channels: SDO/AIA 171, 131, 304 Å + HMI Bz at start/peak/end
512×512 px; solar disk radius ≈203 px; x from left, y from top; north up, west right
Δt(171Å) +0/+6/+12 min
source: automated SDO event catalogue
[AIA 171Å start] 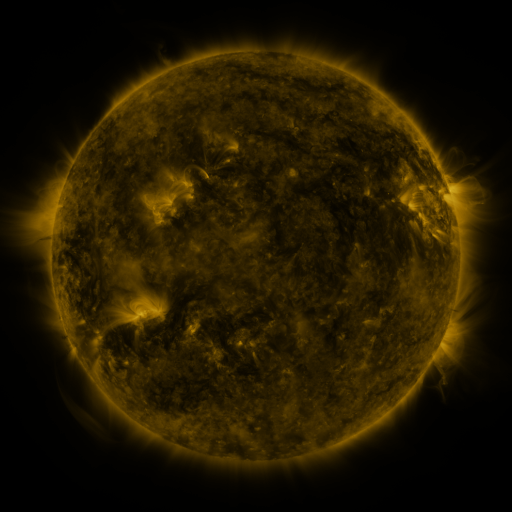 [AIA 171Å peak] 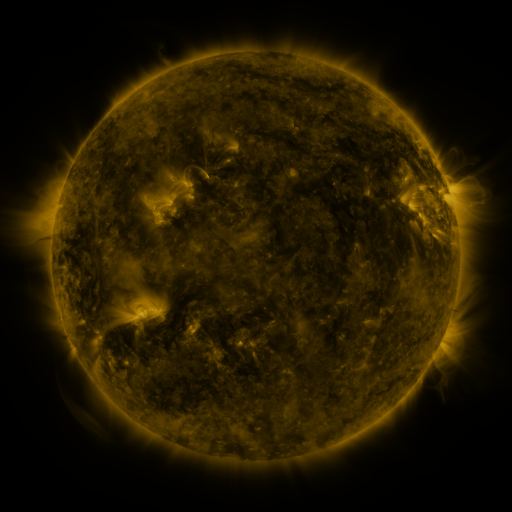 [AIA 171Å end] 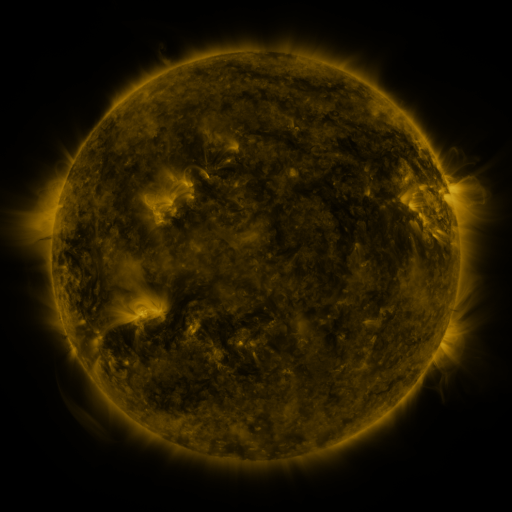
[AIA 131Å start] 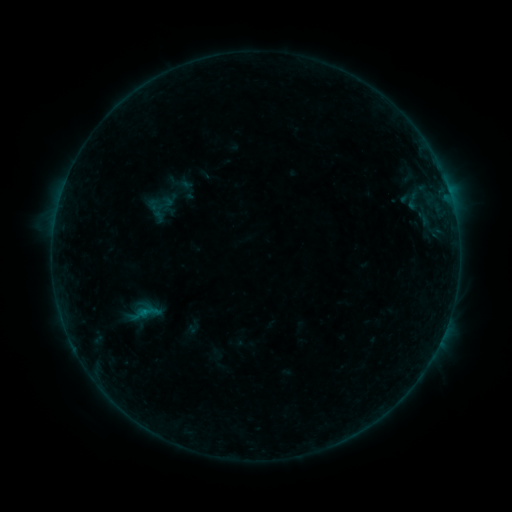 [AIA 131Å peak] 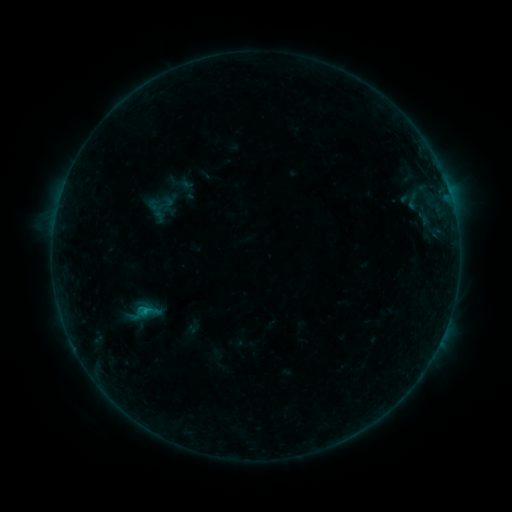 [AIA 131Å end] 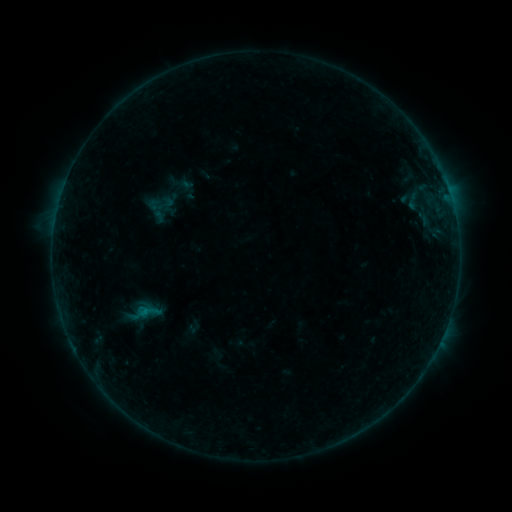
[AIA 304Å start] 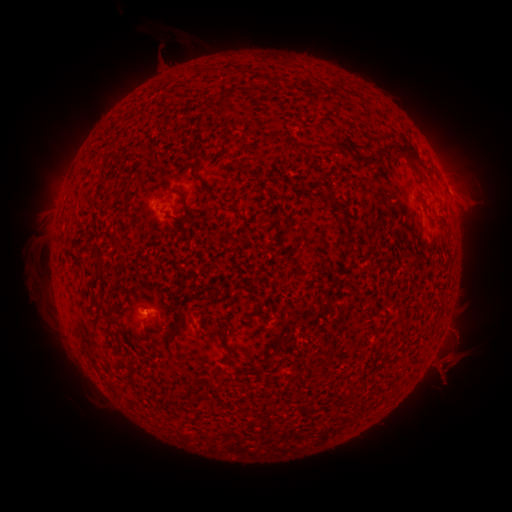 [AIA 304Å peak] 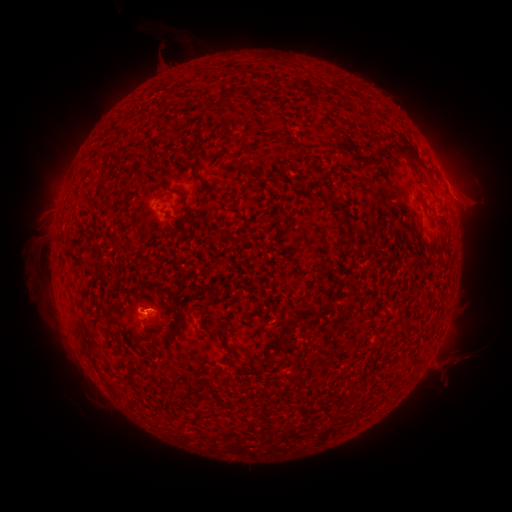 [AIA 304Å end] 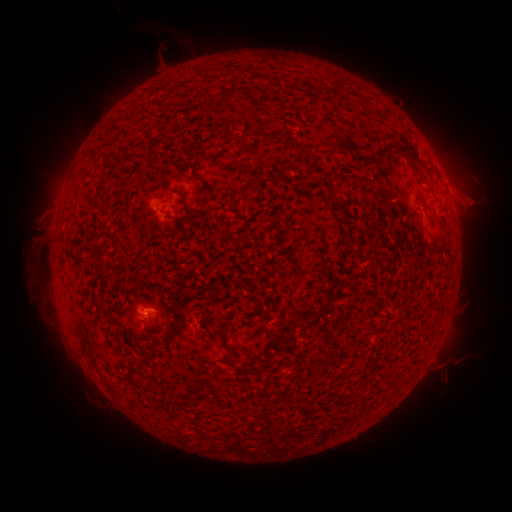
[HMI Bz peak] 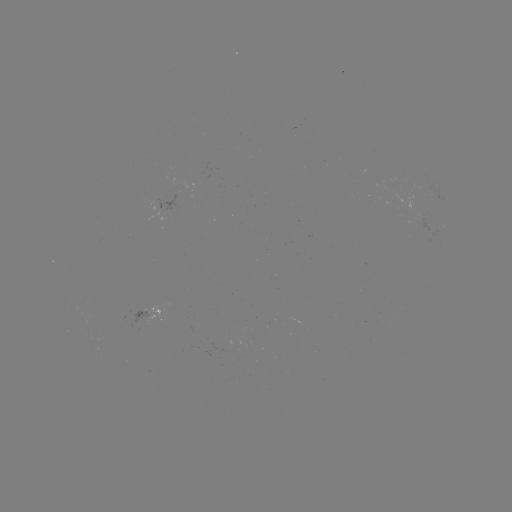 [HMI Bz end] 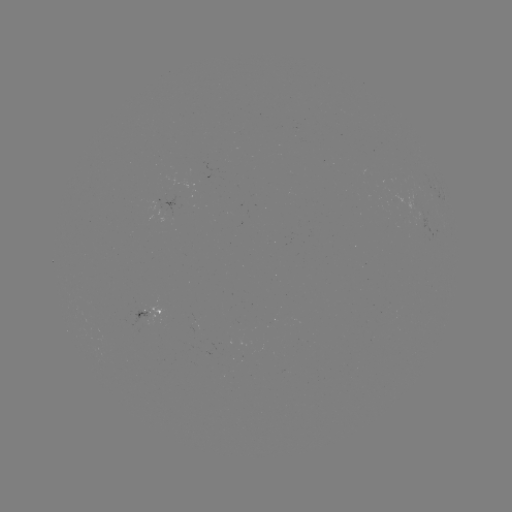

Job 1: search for B3.4 flare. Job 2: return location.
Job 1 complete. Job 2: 148,310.